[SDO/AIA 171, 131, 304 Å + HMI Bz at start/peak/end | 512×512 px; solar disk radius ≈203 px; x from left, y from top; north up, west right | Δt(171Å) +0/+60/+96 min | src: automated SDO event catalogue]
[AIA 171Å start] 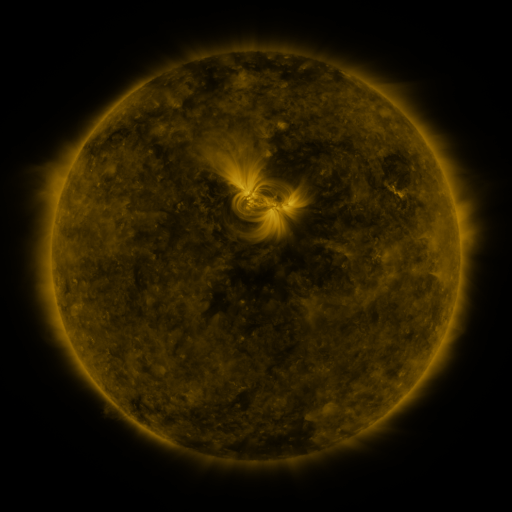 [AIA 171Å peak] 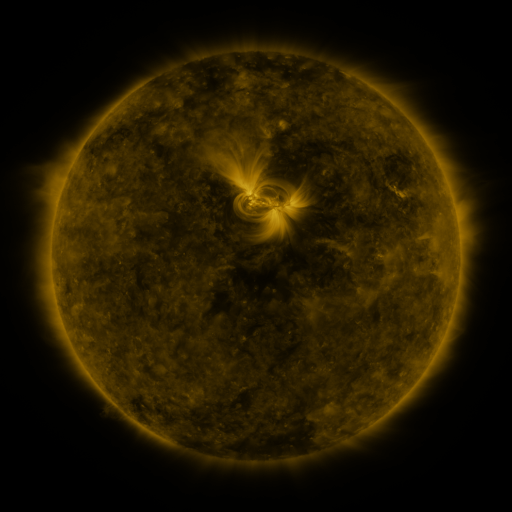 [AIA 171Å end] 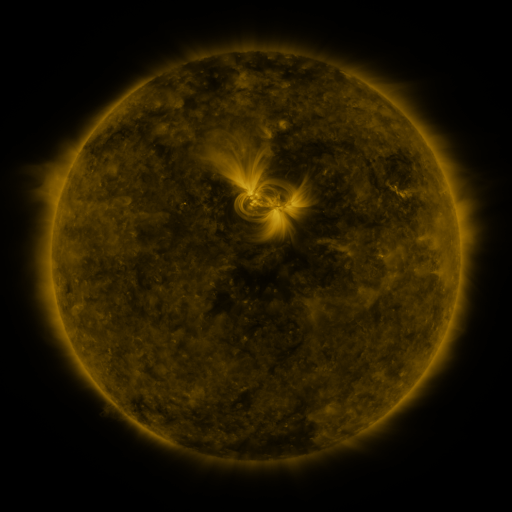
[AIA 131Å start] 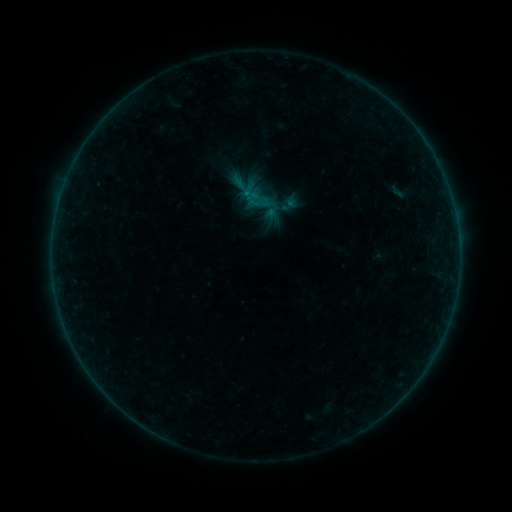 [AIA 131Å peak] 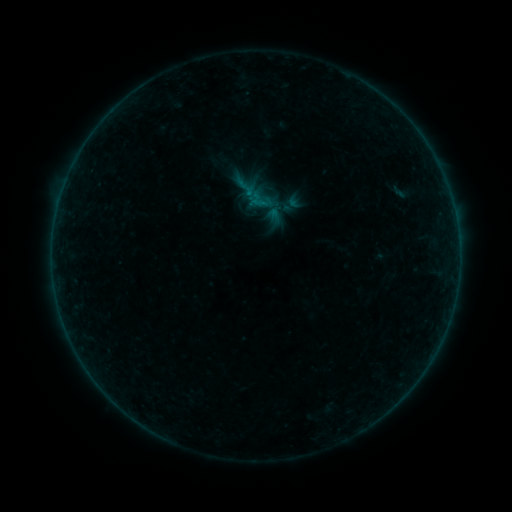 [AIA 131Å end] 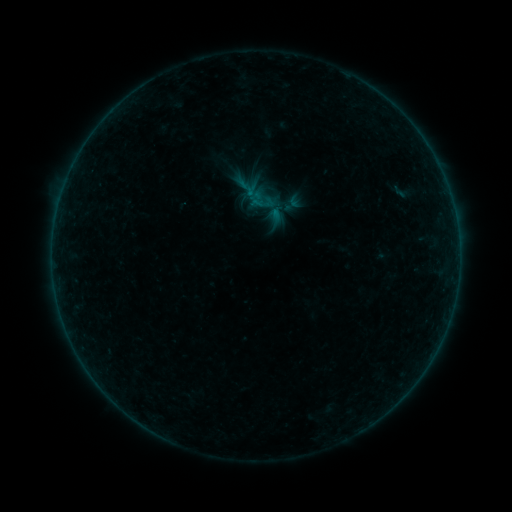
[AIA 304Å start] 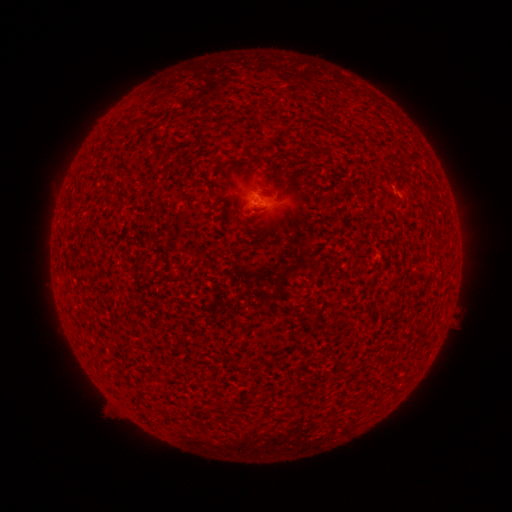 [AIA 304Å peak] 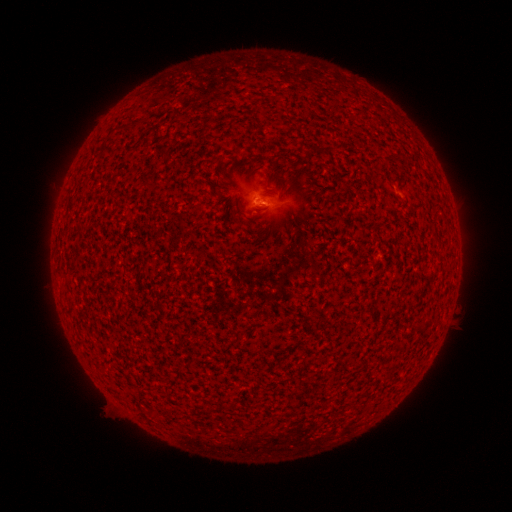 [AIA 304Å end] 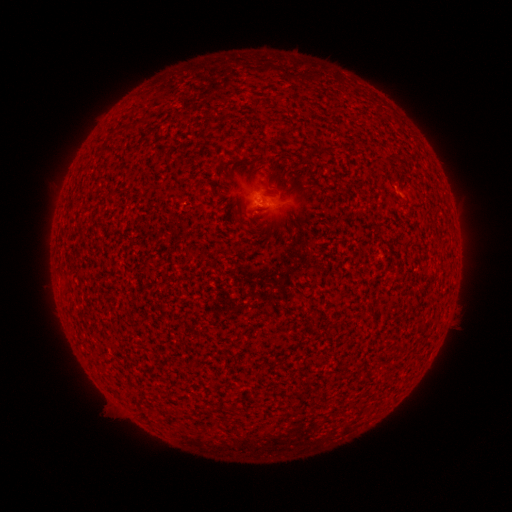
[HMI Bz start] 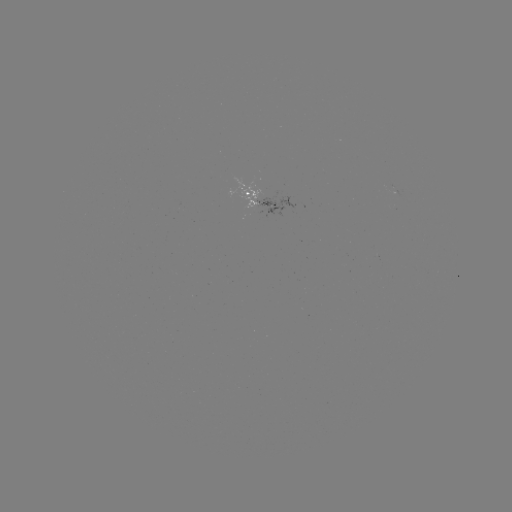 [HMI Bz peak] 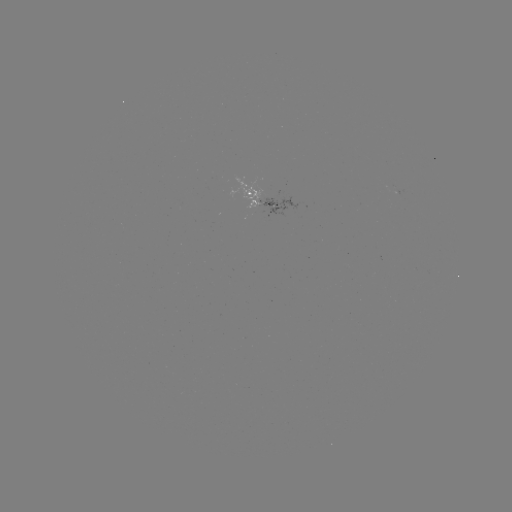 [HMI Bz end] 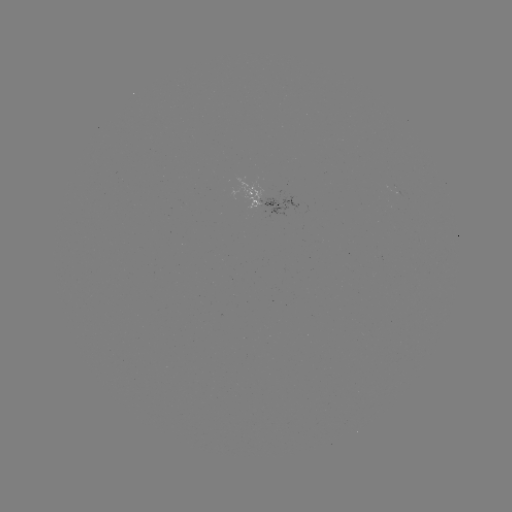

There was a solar emerging-flux region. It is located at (395, 189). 